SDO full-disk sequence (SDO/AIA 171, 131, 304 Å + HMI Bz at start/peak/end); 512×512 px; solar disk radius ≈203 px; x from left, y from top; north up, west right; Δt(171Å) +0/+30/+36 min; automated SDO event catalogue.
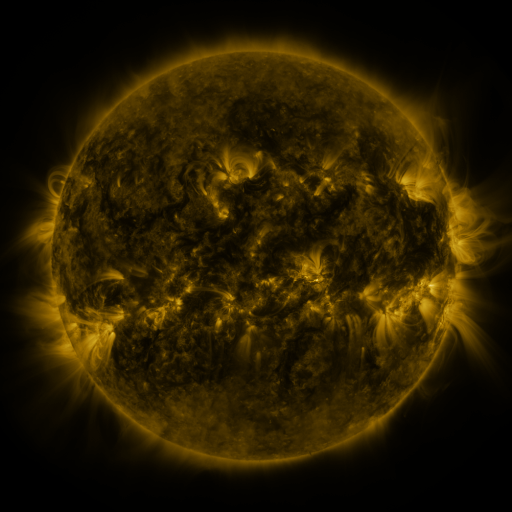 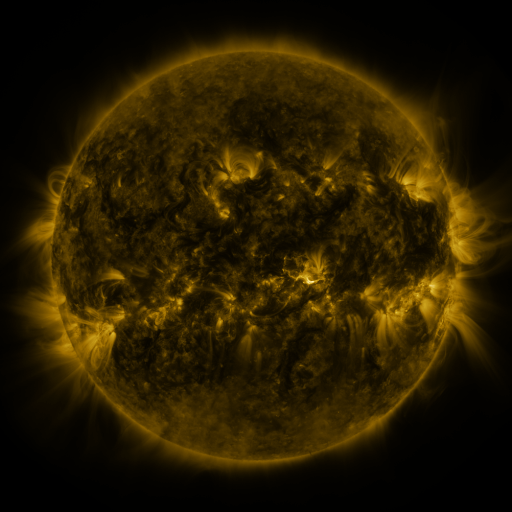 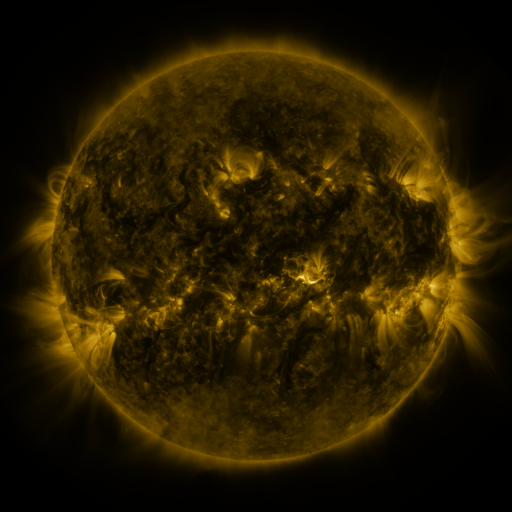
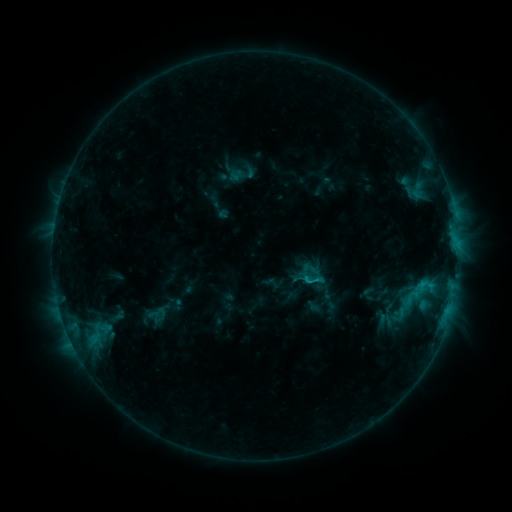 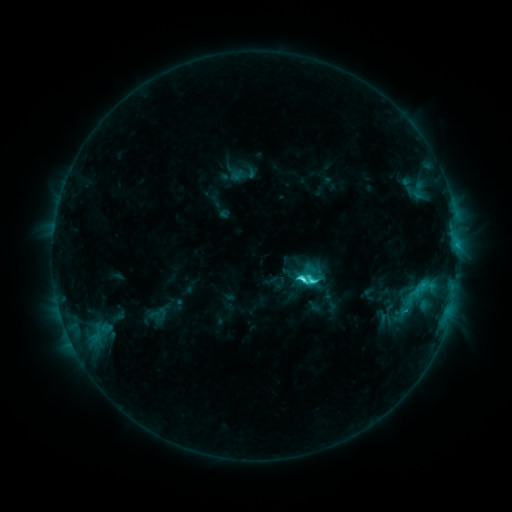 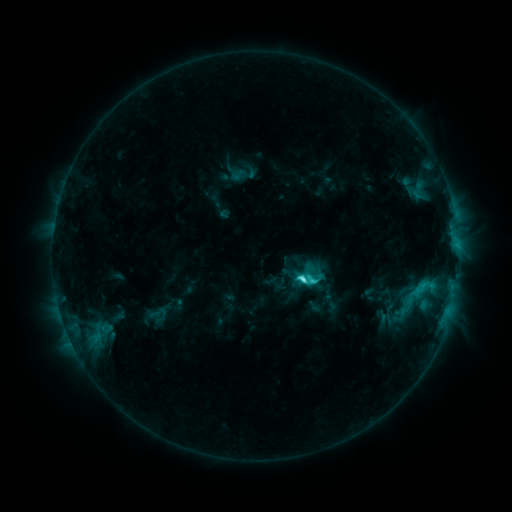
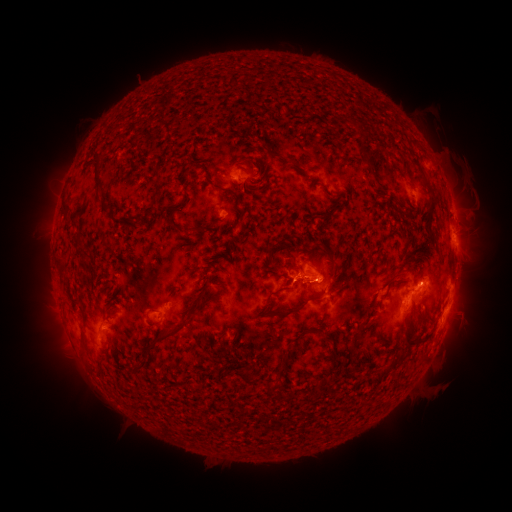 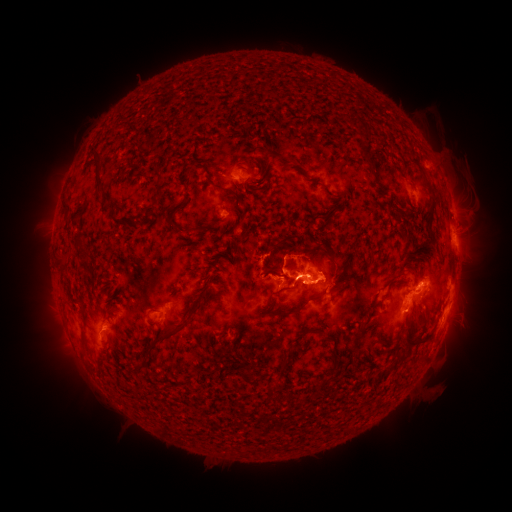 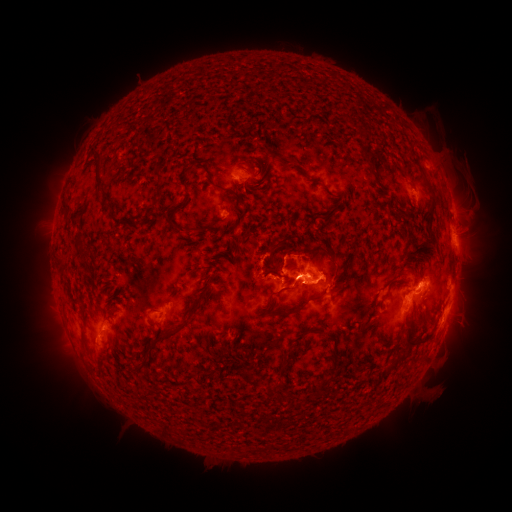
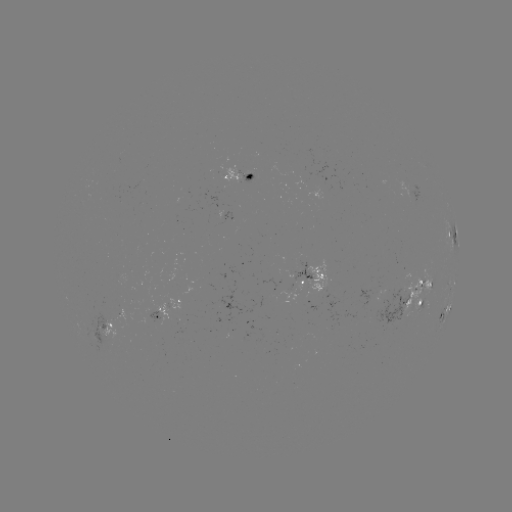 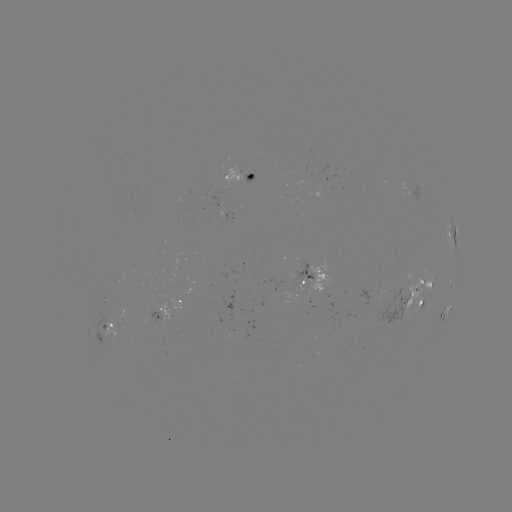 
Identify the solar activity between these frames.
C5.1 flare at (301, 277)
